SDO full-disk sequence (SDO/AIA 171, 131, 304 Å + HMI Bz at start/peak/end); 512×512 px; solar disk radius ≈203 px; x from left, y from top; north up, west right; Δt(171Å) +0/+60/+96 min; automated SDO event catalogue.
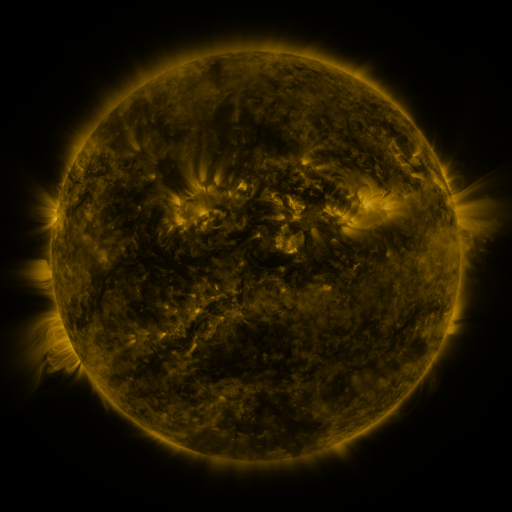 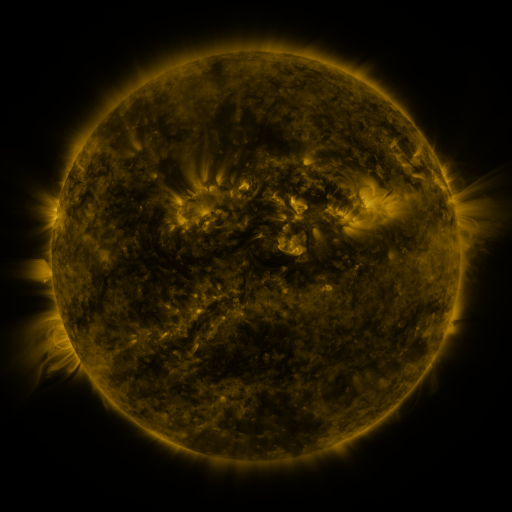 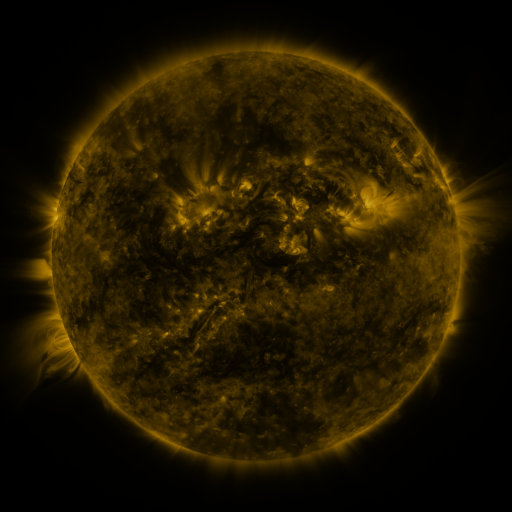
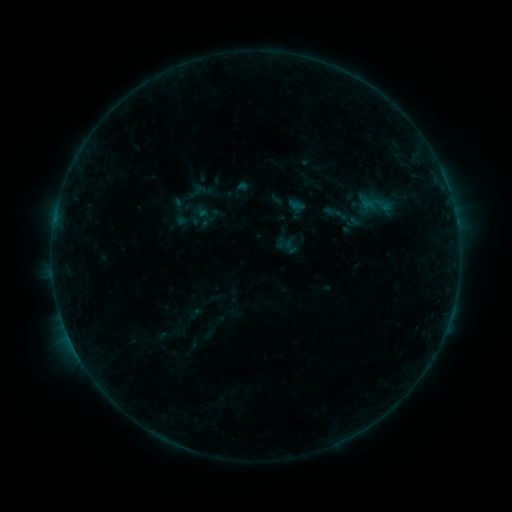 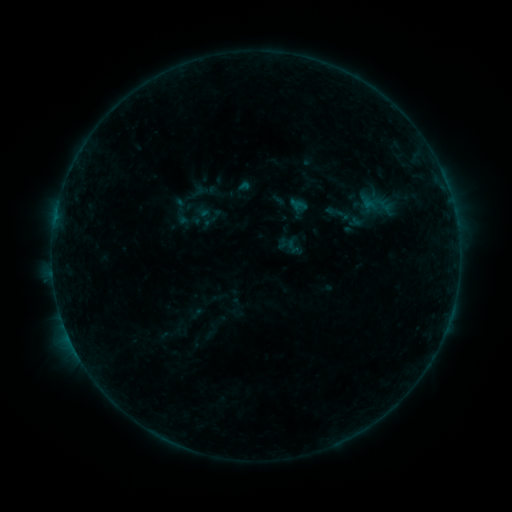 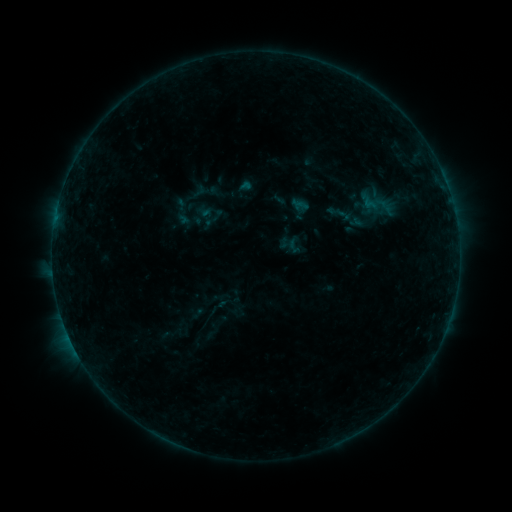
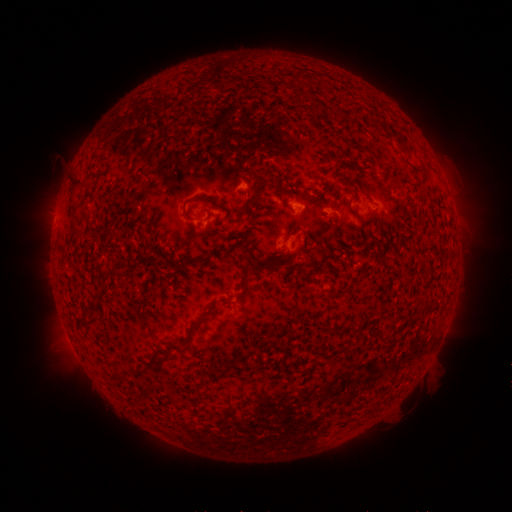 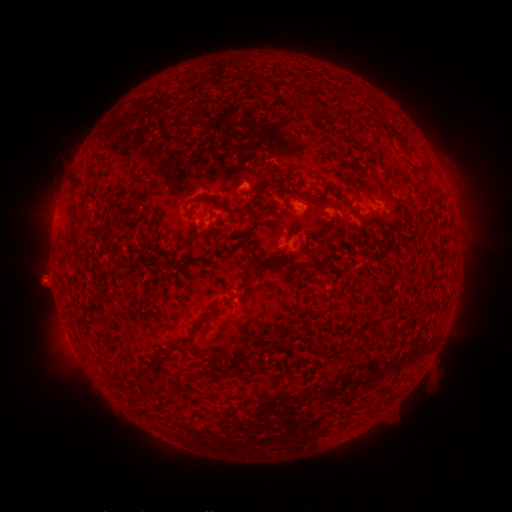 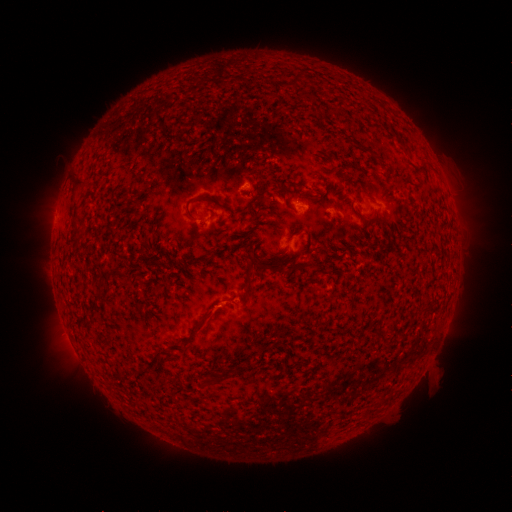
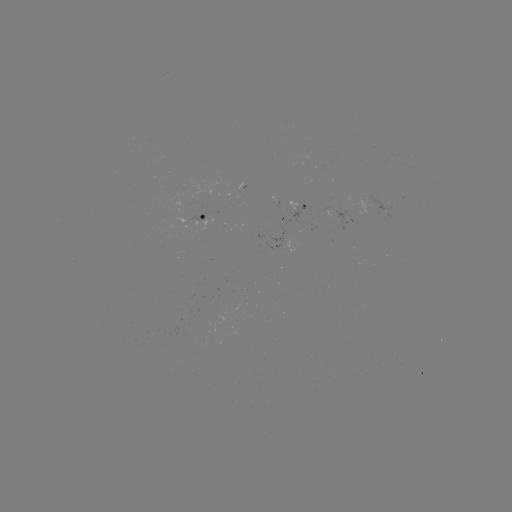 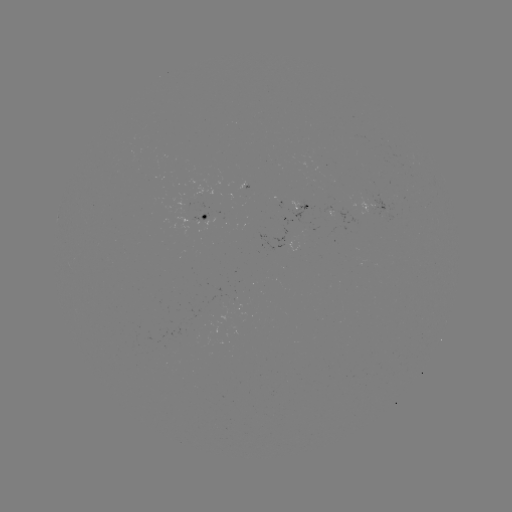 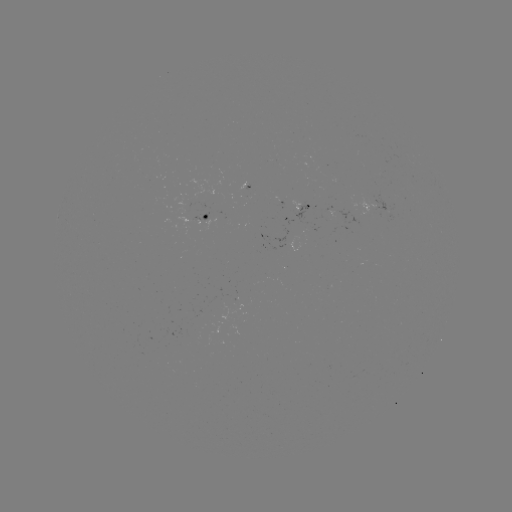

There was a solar emerging-flux region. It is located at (201, 219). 